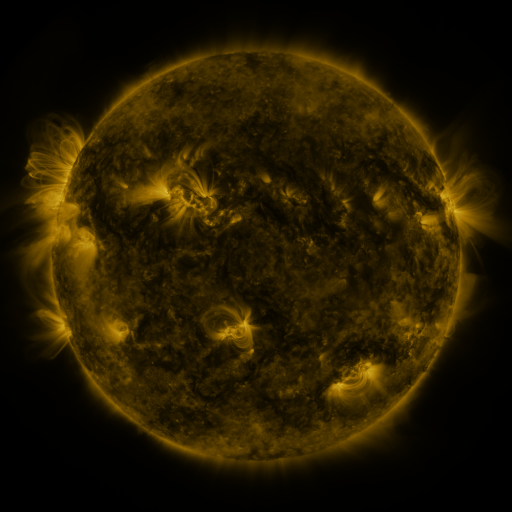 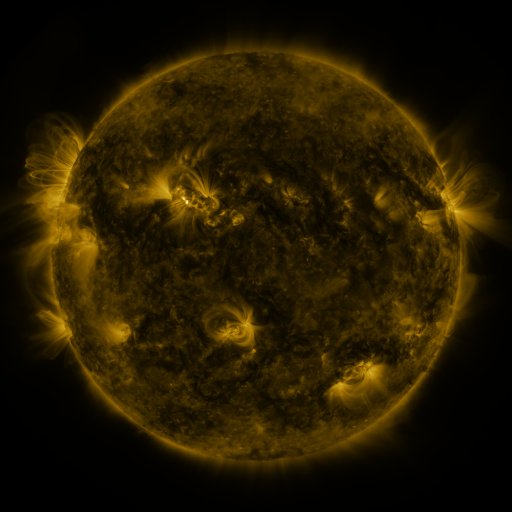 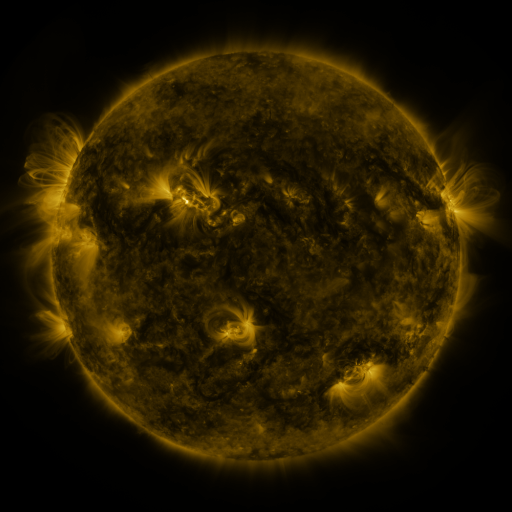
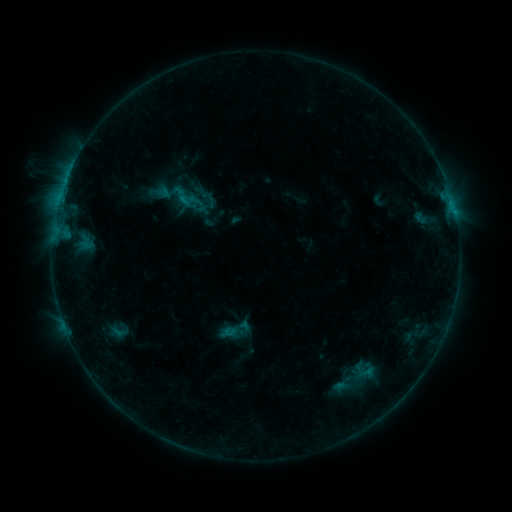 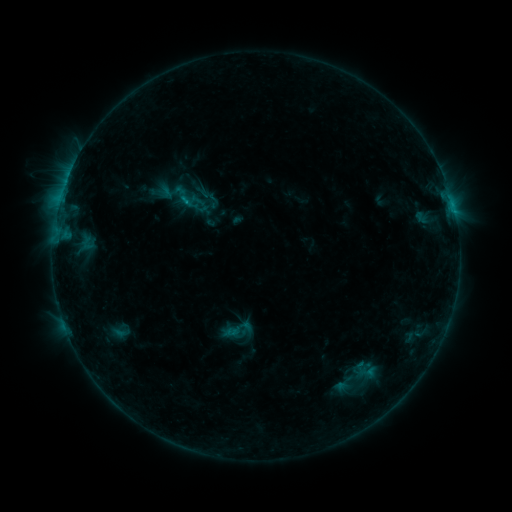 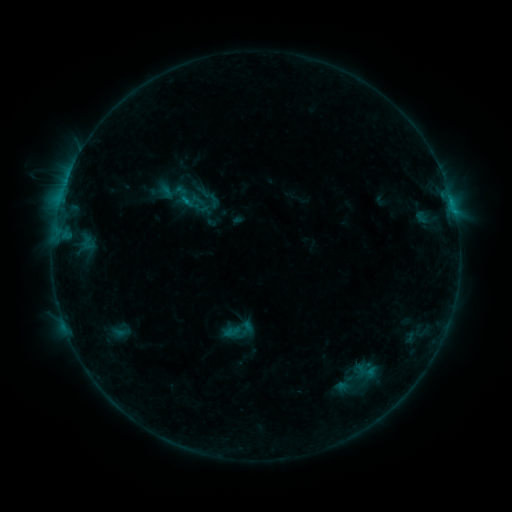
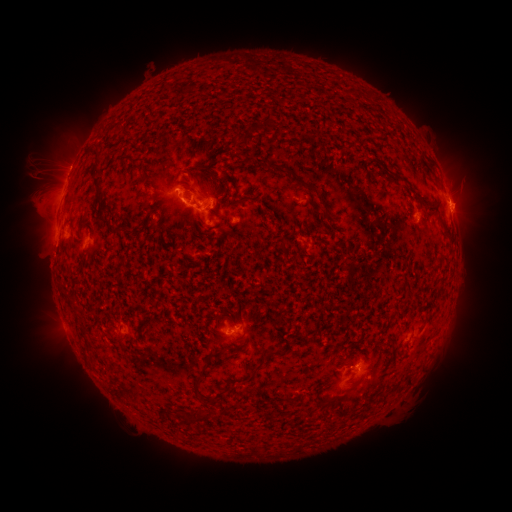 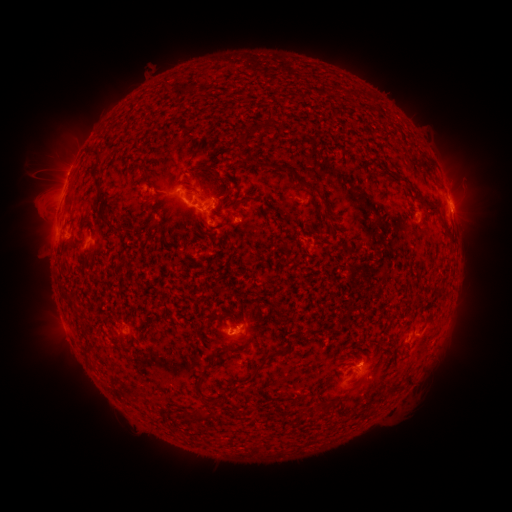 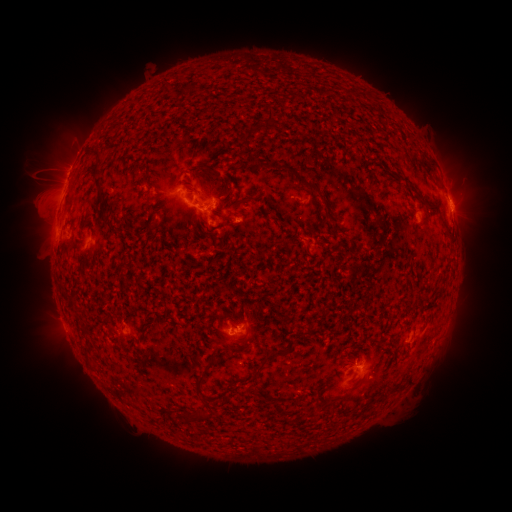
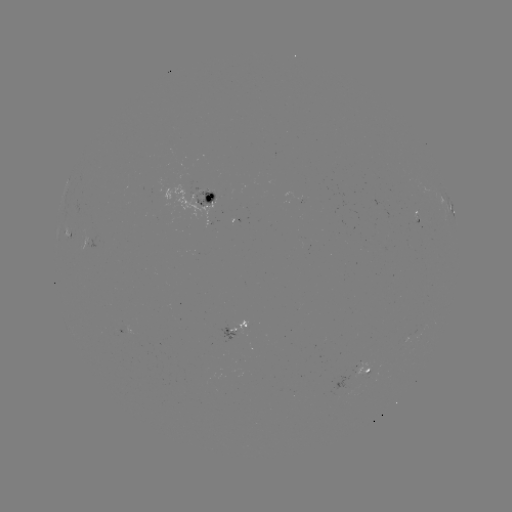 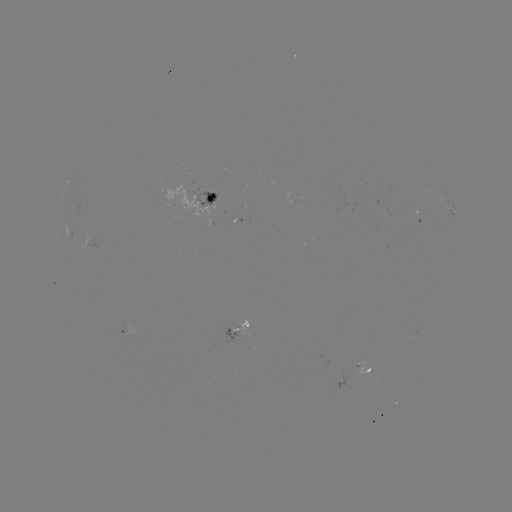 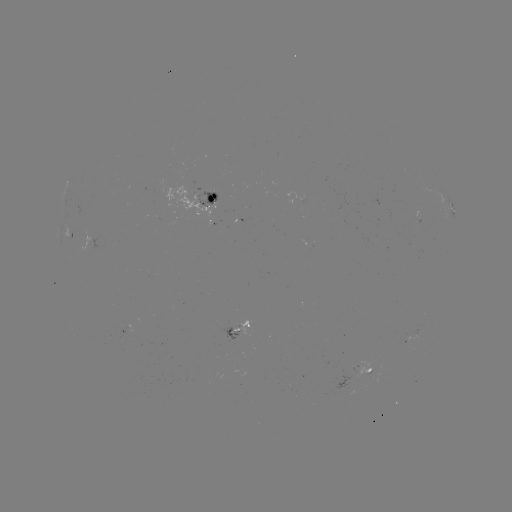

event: emerging-flux region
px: (363, 365)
